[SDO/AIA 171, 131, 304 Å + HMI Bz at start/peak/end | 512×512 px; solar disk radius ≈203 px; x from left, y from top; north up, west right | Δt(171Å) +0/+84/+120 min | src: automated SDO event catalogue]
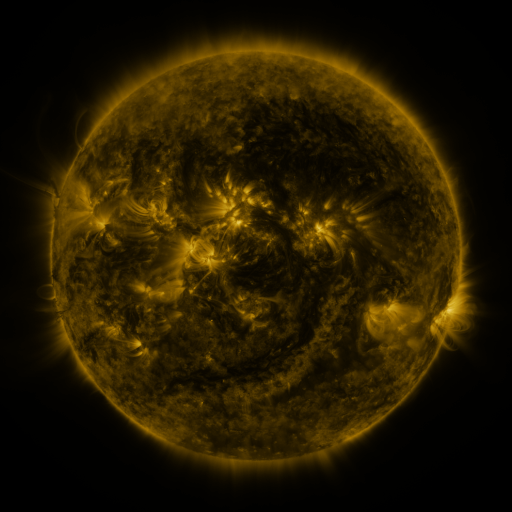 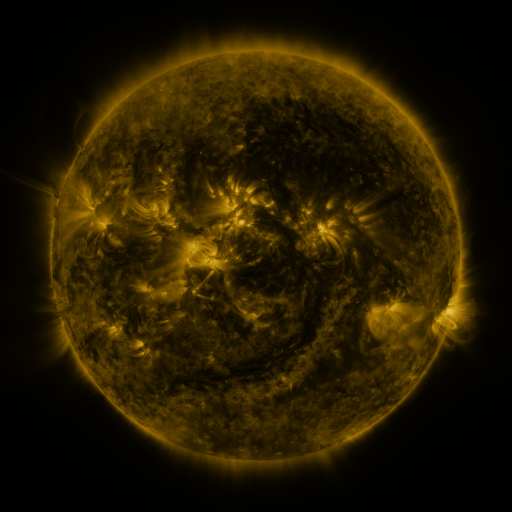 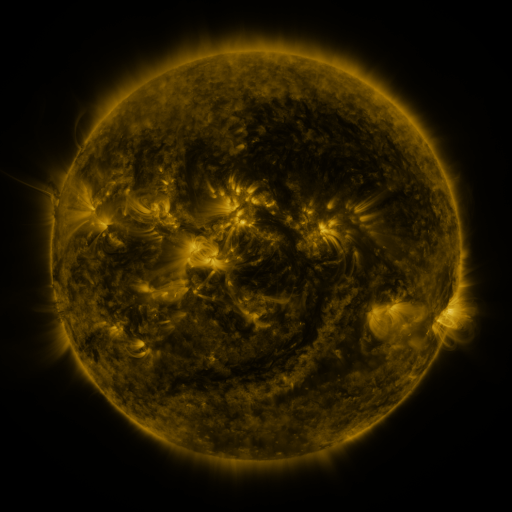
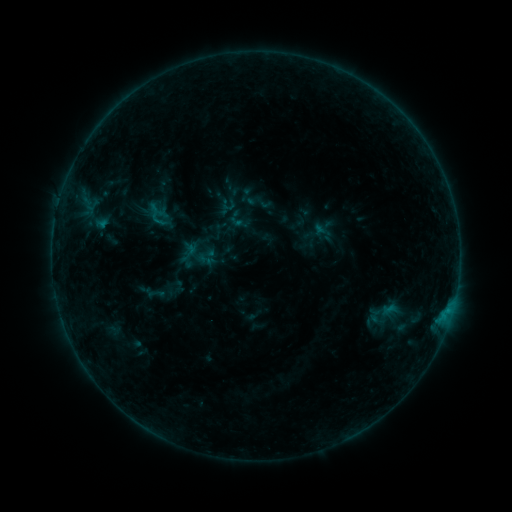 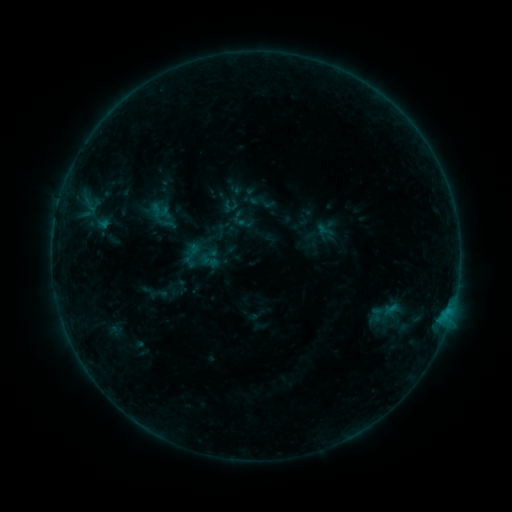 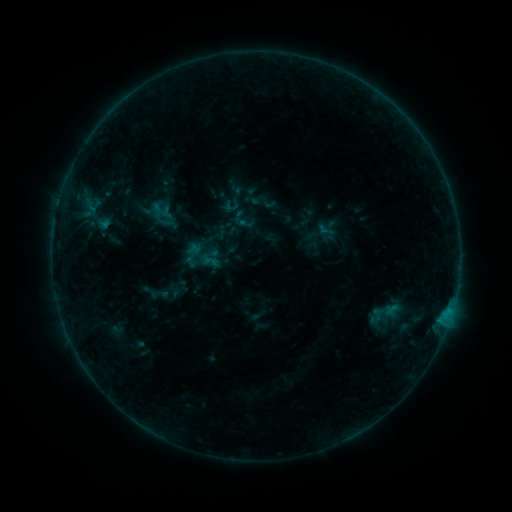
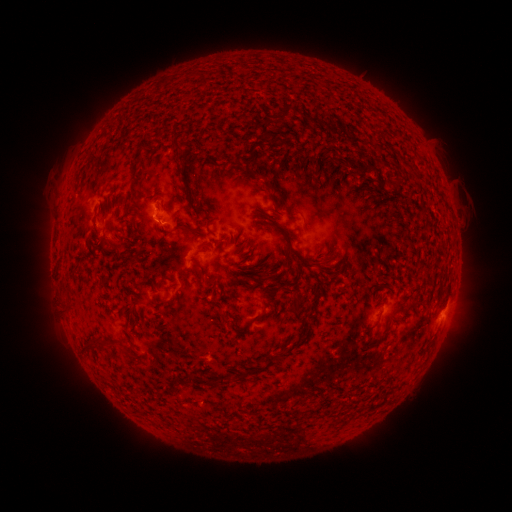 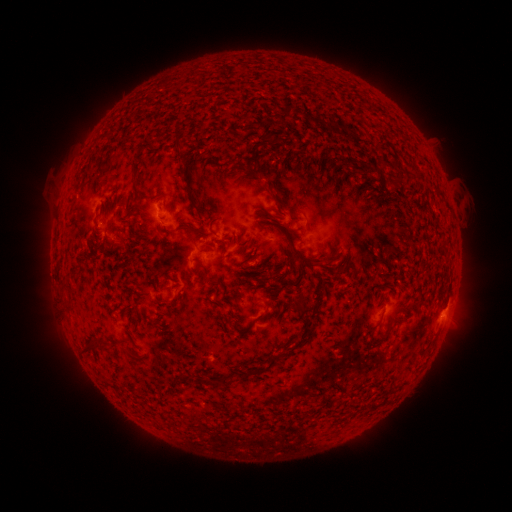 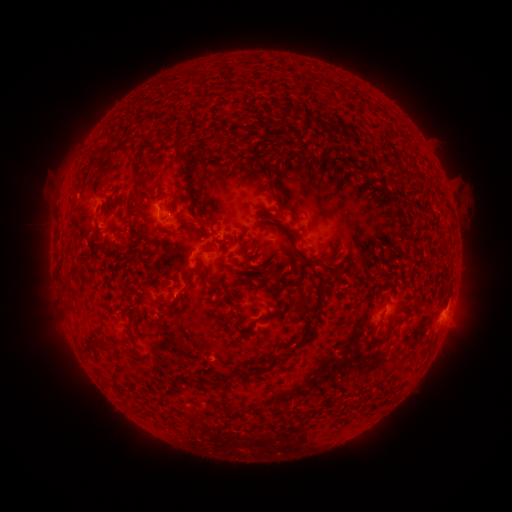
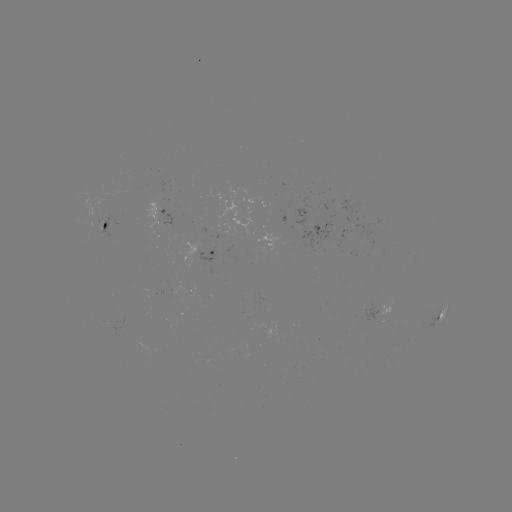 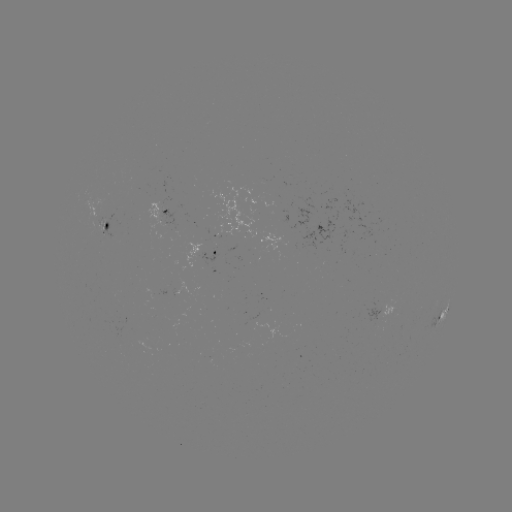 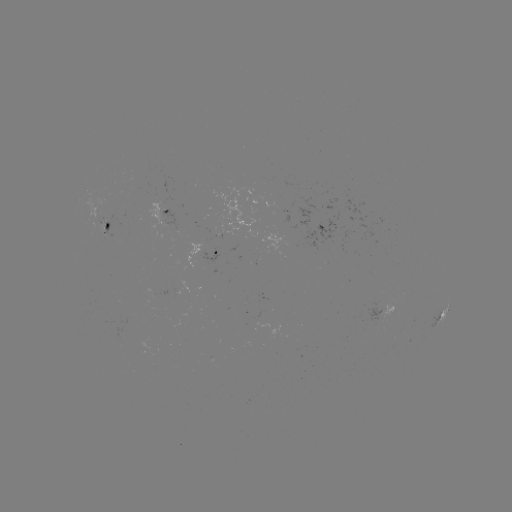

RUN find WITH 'emerging-flux region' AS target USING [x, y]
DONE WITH [204, 241] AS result